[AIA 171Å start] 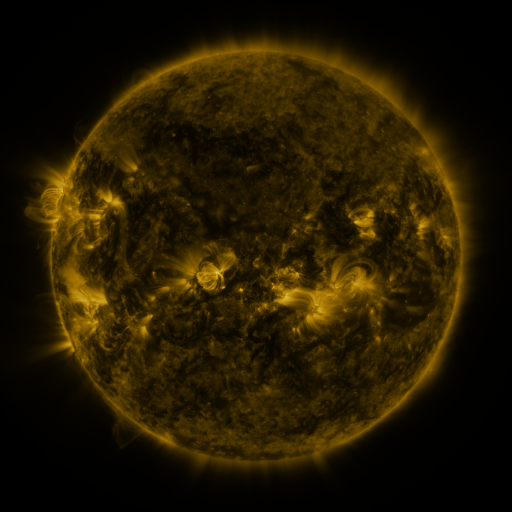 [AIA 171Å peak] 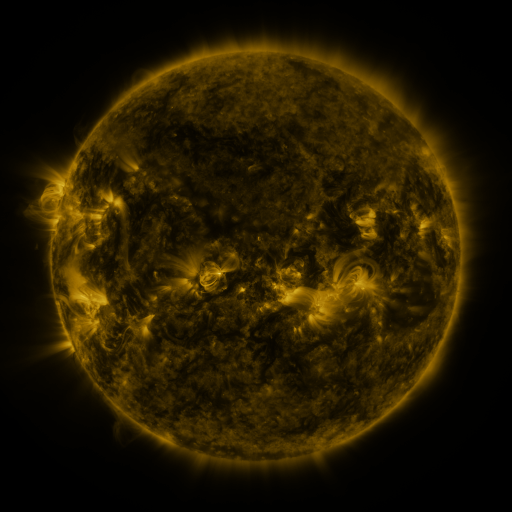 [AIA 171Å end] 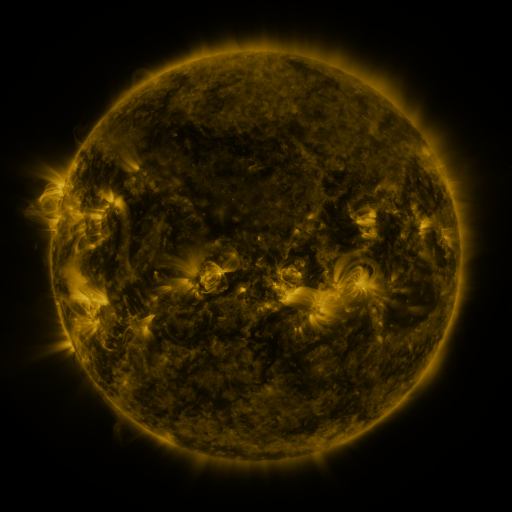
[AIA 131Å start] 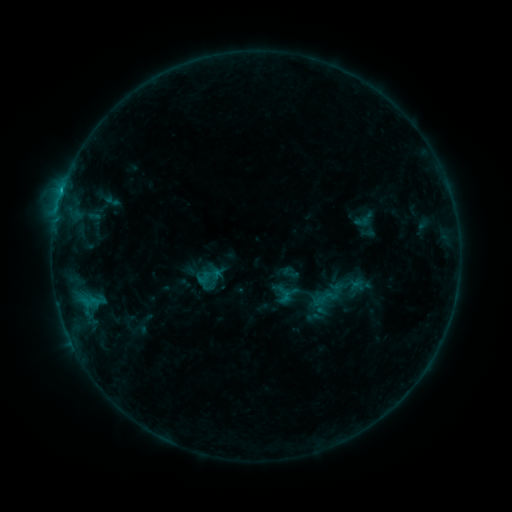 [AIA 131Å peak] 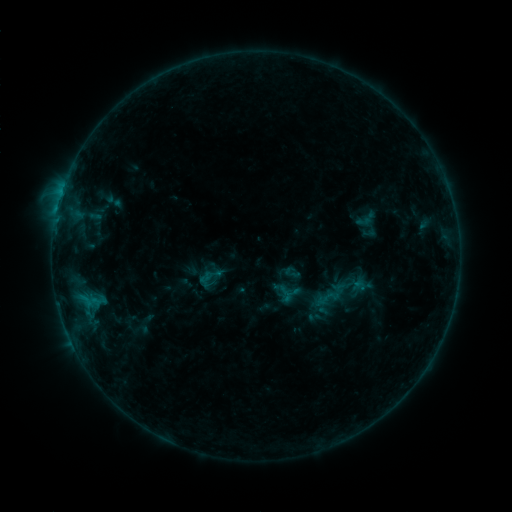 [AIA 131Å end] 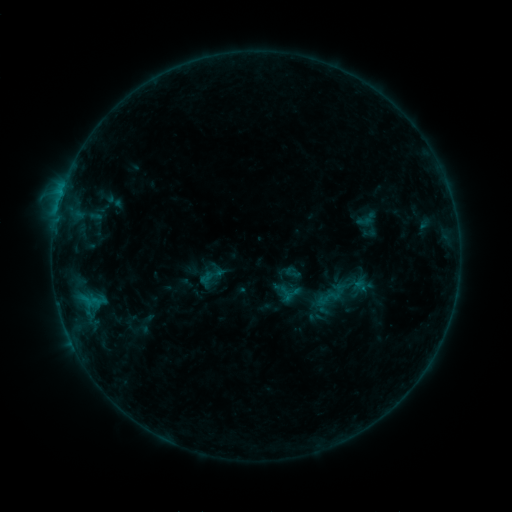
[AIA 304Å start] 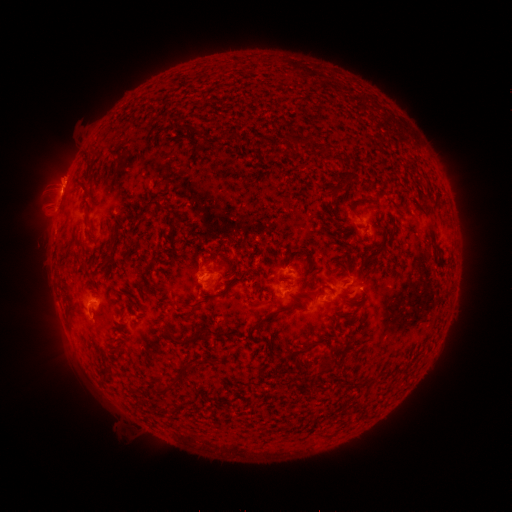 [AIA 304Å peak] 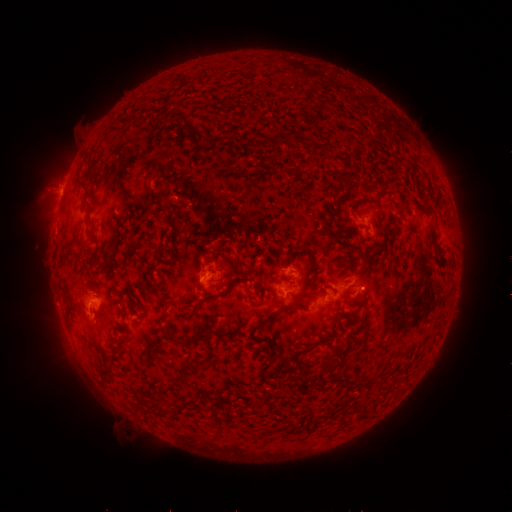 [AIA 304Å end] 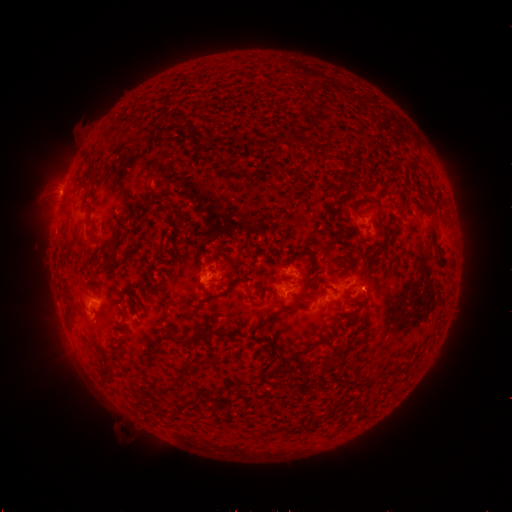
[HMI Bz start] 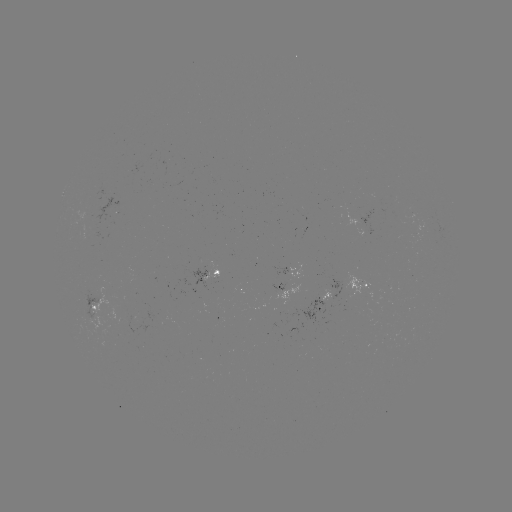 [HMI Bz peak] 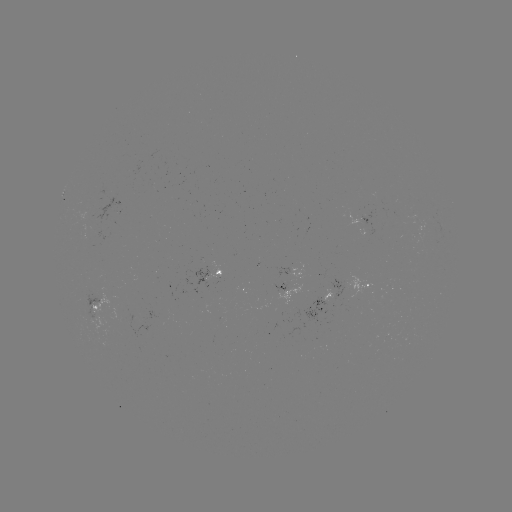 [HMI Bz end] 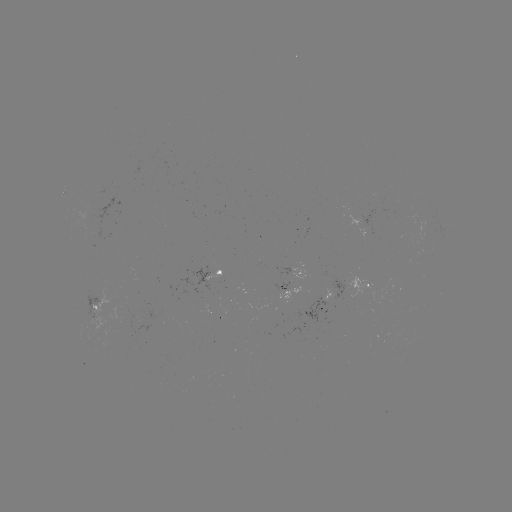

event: emerging-flux region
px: (89, 215)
